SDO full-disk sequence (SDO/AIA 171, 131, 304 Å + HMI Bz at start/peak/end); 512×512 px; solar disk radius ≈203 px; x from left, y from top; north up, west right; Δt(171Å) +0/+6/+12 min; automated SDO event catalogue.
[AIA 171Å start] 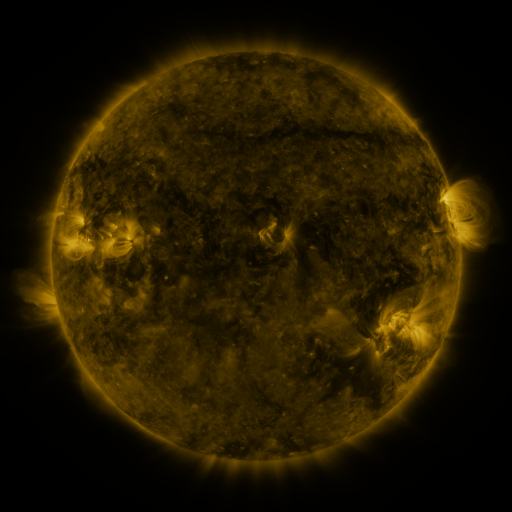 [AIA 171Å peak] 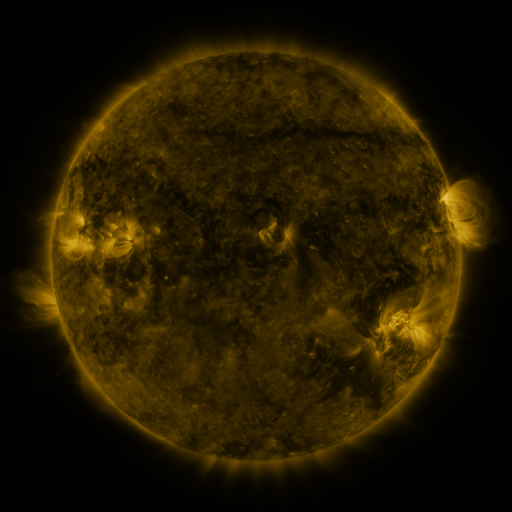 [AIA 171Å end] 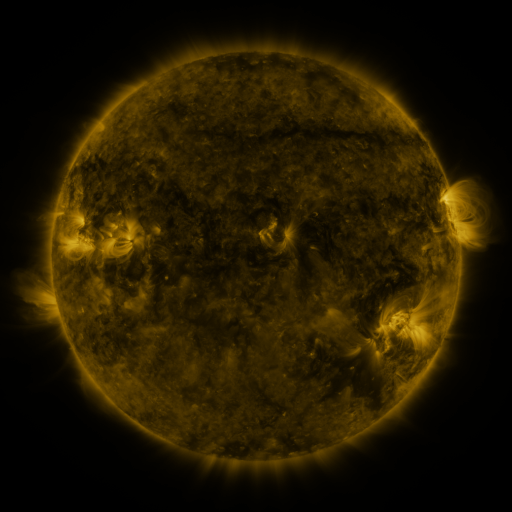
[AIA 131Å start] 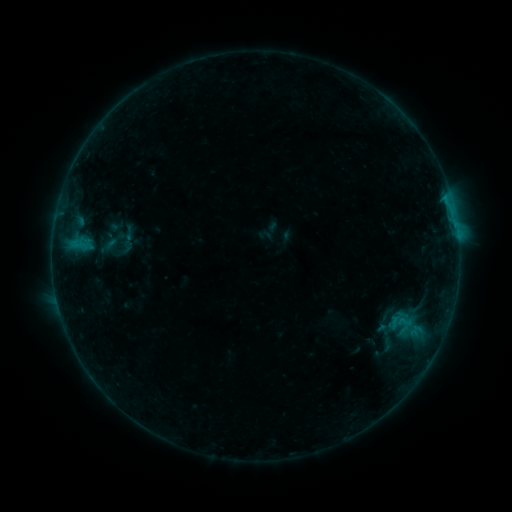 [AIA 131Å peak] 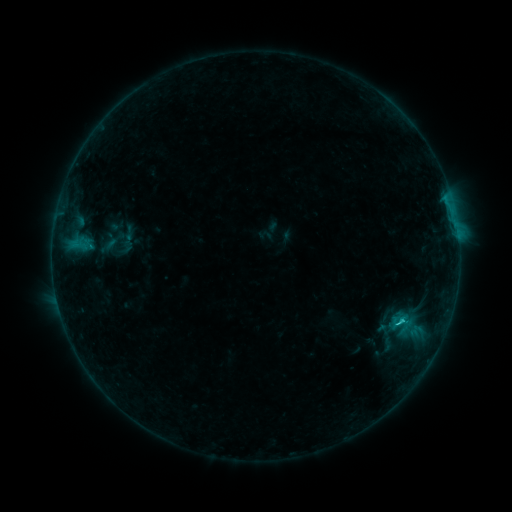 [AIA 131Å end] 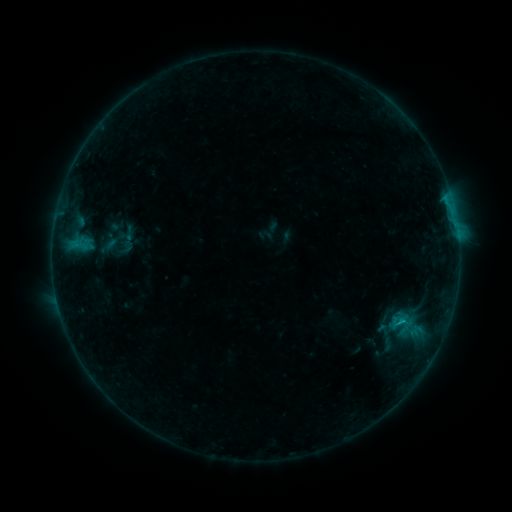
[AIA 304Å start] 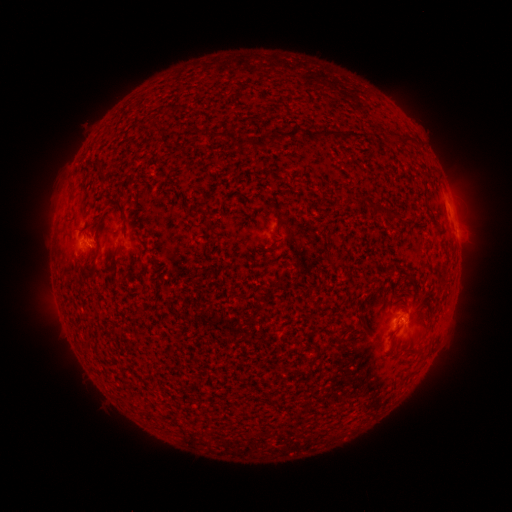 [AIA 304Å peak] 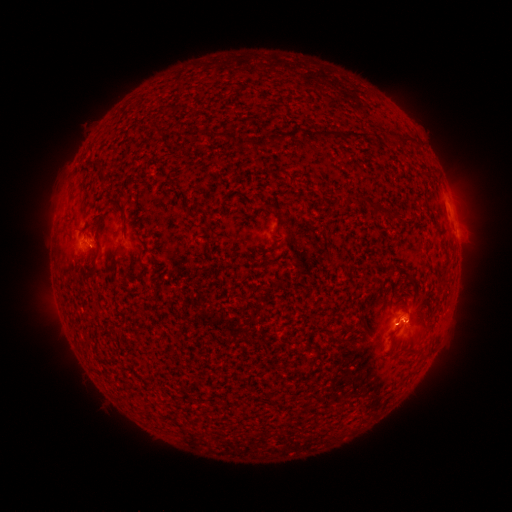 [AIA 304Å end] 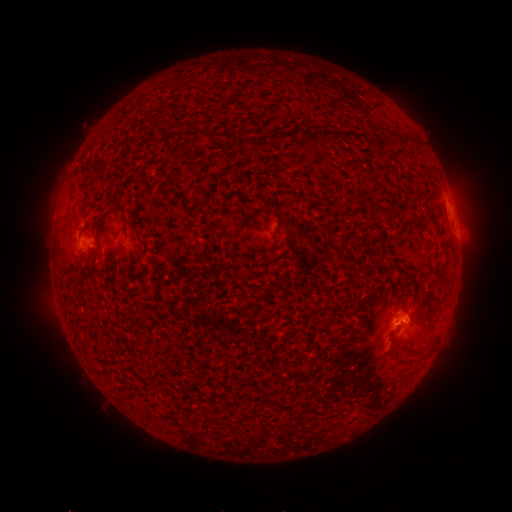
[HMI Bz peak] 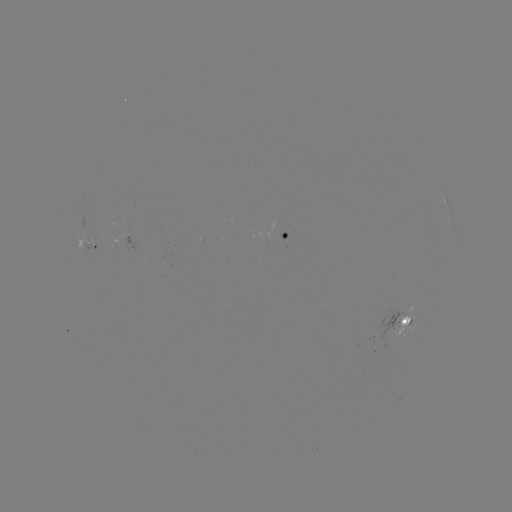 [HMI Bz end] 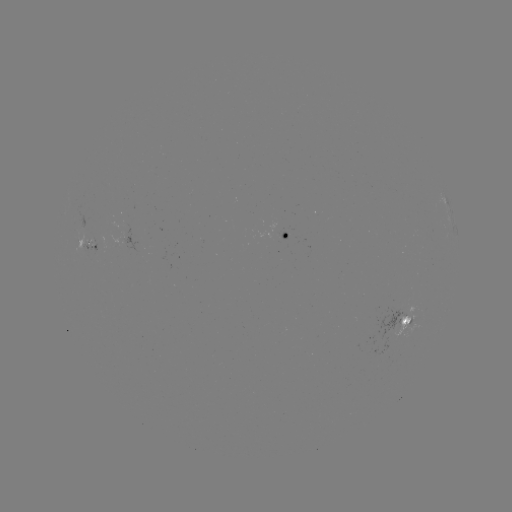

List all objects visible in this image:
B8.8 flare: (400, 319)
